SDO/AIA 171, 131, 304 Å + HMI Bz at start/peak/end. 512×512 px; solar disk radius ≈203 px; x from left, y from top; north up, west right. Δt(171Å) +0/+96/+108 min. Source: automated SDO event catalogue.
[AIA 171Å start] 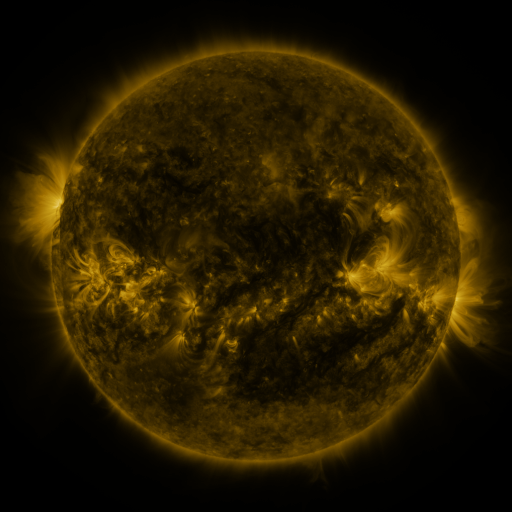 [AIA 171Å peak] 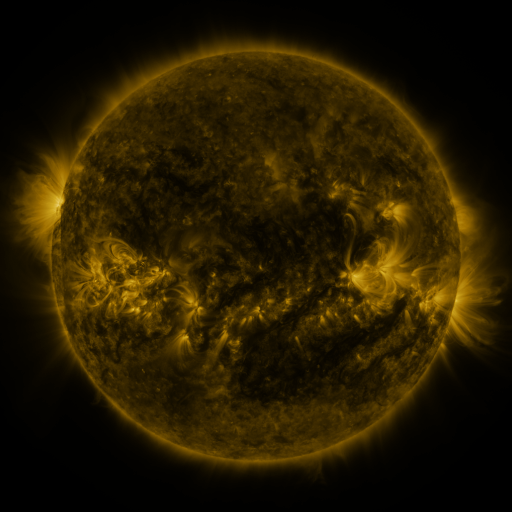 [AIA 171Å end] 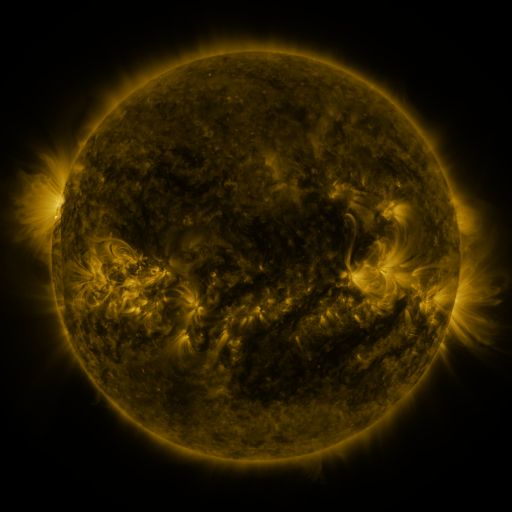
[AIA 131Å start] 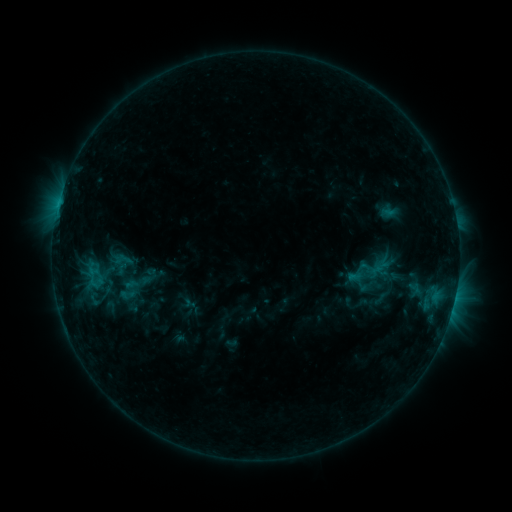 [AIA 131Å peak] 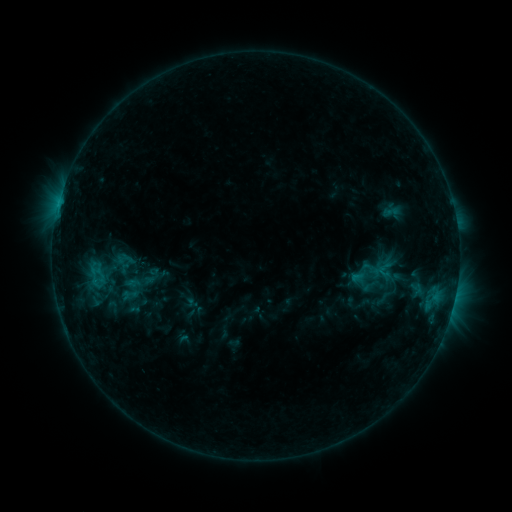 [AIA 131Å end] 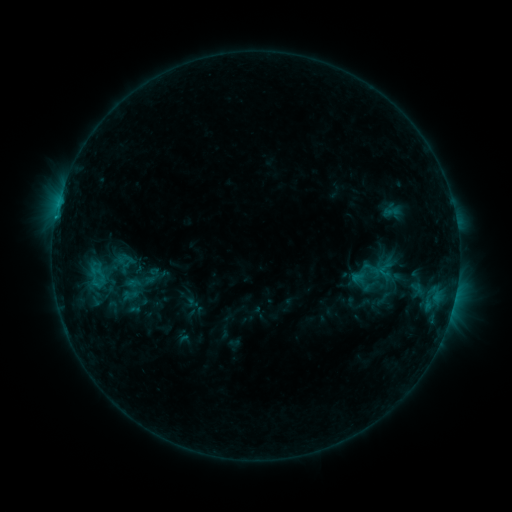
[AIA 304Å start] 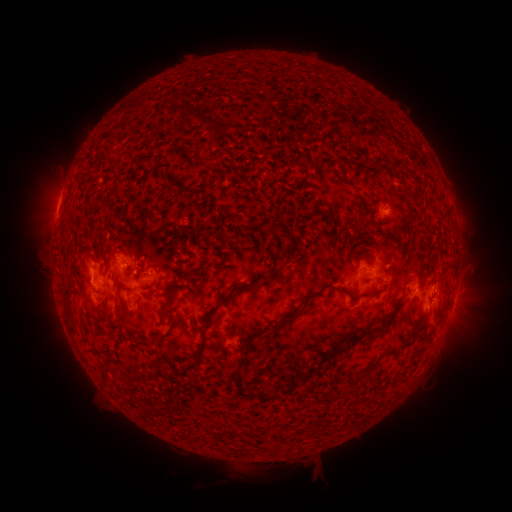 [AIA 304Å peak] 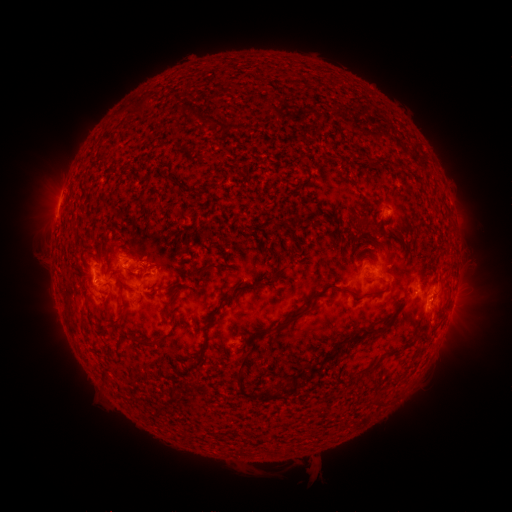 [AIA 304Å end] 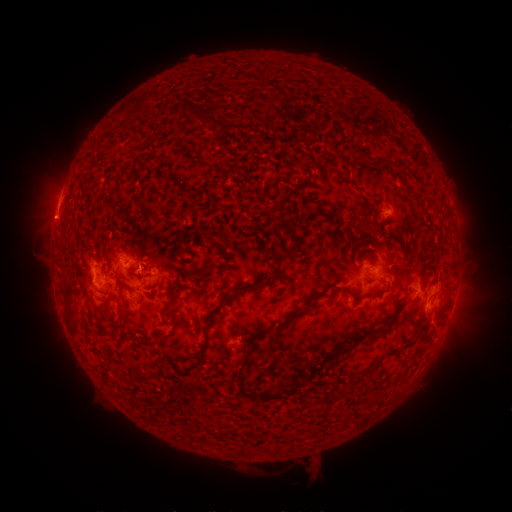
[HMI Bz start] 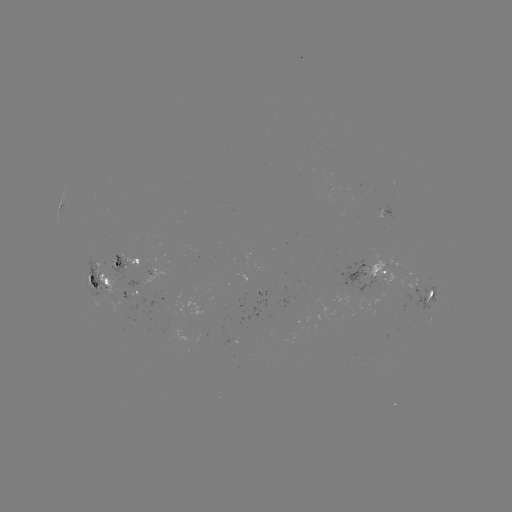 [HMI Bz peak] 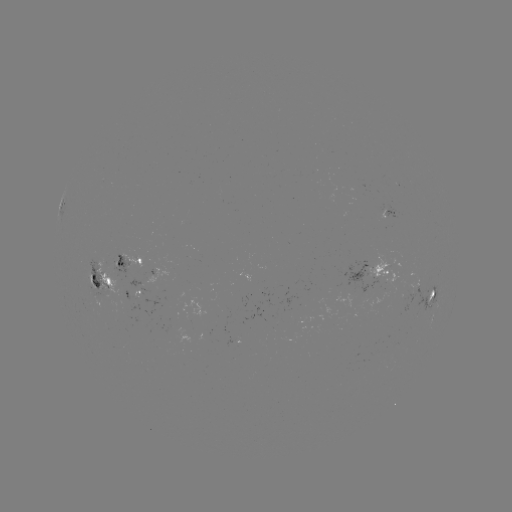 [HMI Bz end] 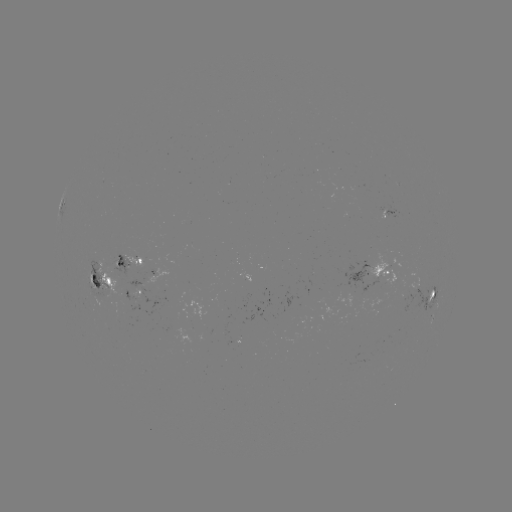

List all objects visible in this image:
emerging-flux region: (383, 209)
